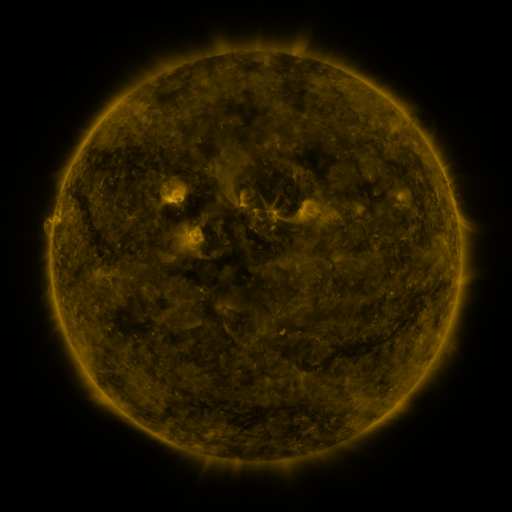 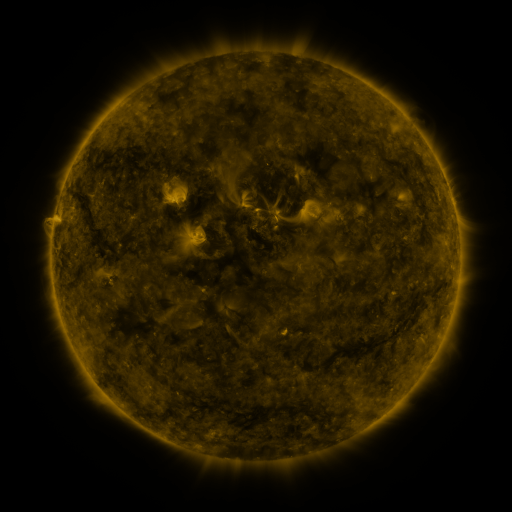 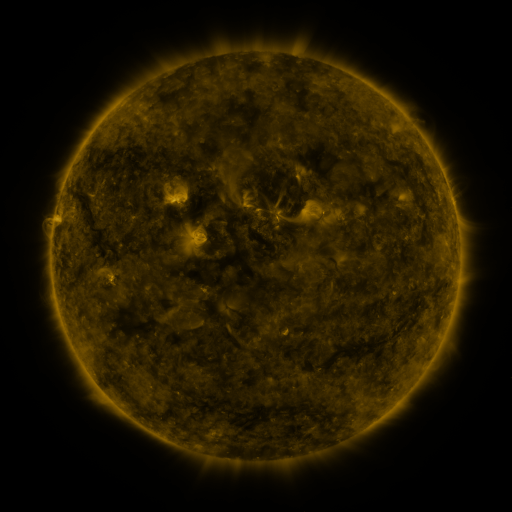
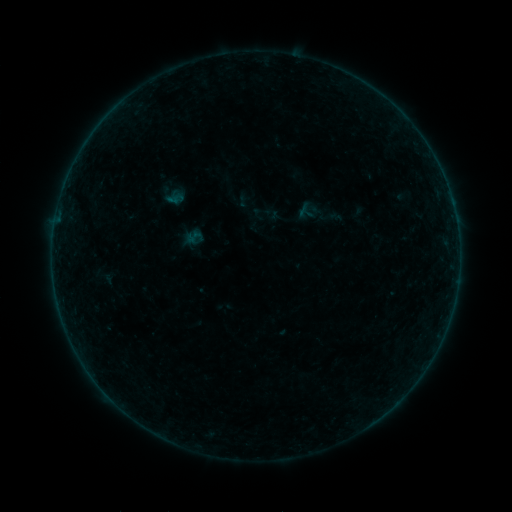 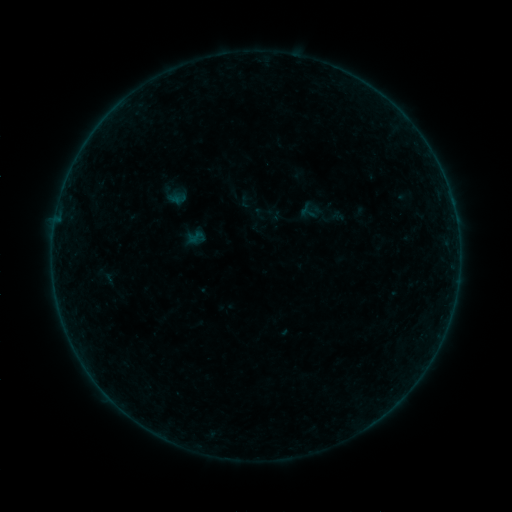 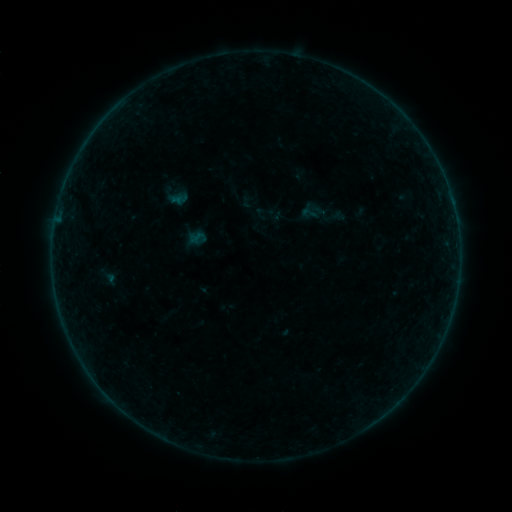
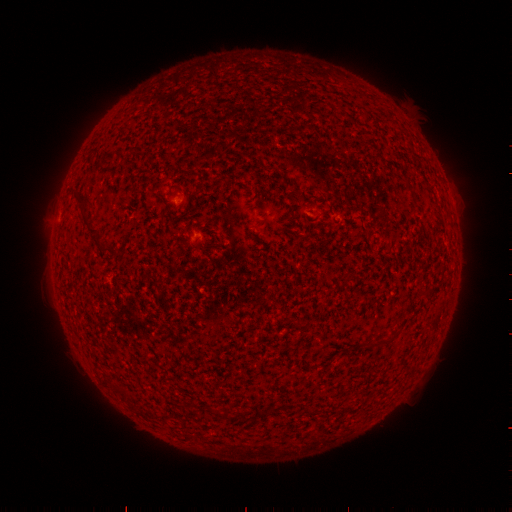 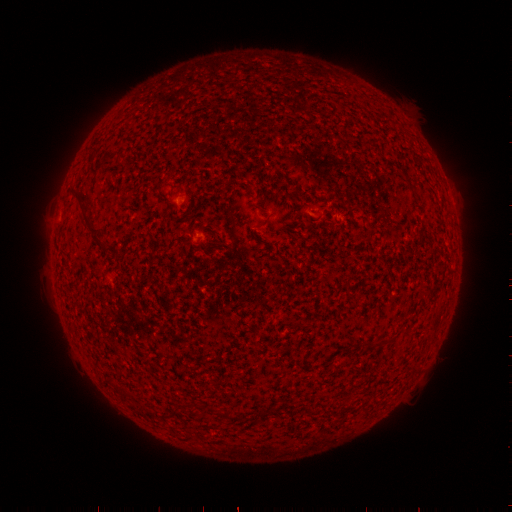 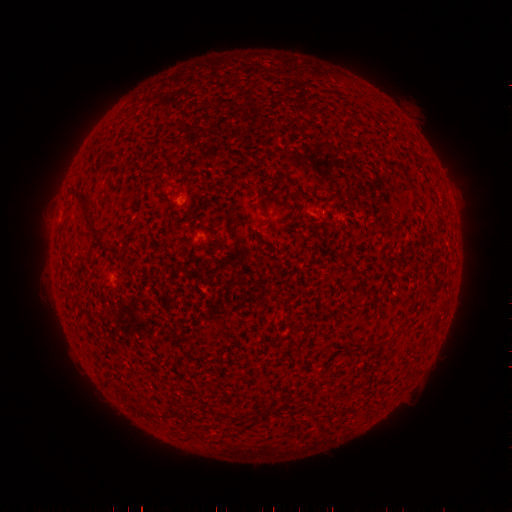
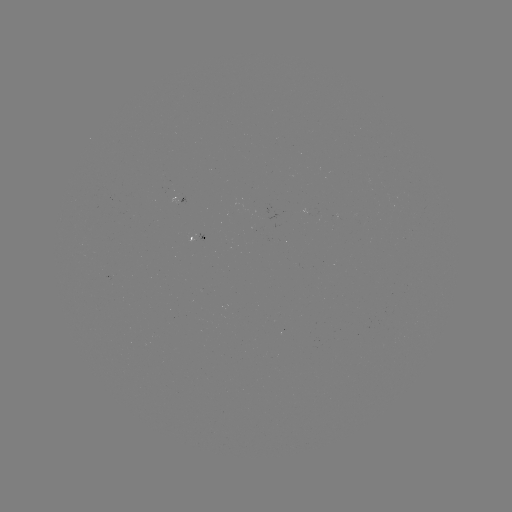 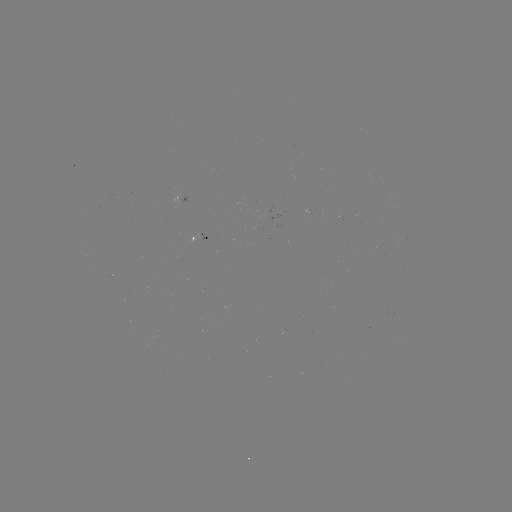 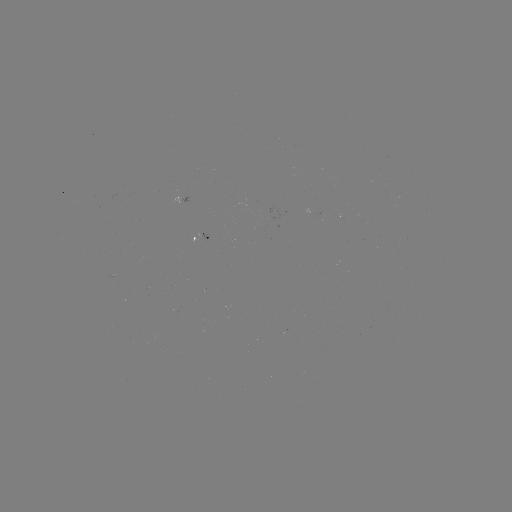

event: emerging-flux region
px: (318, 217)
